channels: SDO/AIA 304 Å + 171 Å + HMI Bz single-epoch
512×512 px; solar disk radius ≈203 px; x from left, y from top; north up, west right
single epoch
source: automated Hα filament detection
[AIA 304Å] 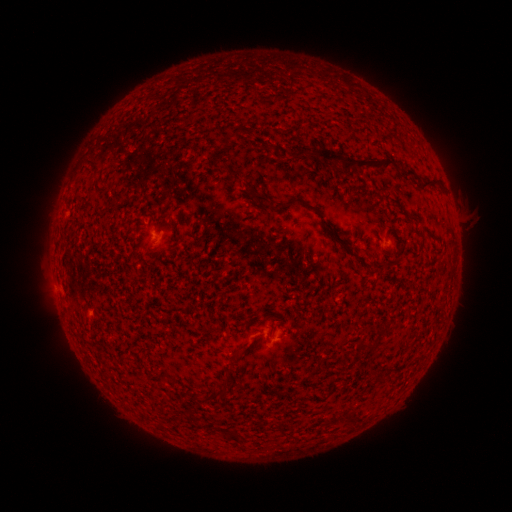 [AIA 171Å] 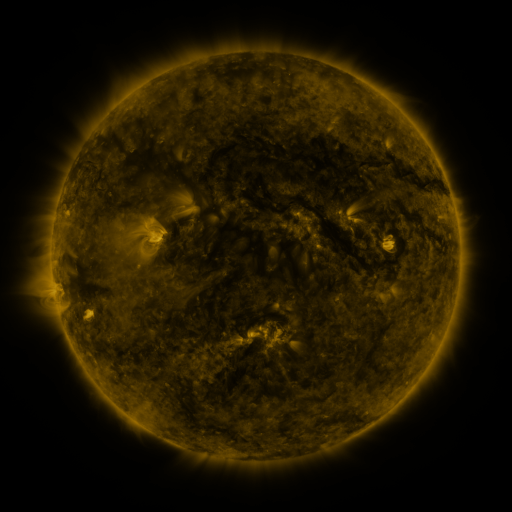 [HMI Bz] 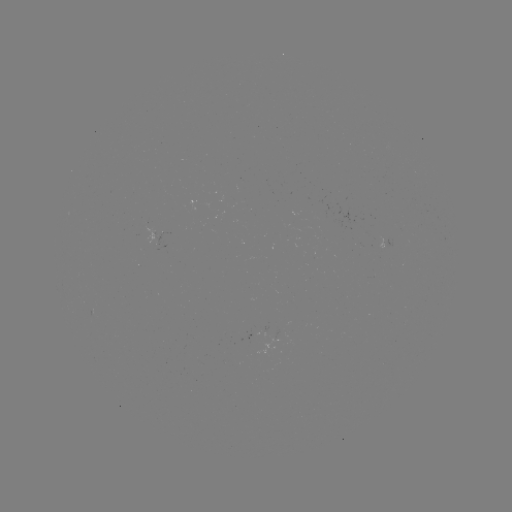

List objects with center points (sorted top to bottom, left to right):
filament: <bbox>222, 132, 230, 147</bbox>
filament: <bbox>308, 147, 395, 171</bbox>
filament: <bbox>84, 158, 101, 173</bbox>
filament: <bbox>219, 163, 230, 172</bbox>
filament: <bbox>399, 167, 420, 181</bbox>
filament: <bbox>420, 178, 439, 188</bbox>
filament: <bbox>94, 185, 109, 194</bbox>
filament: <bbox>249, 192, 269, 203</bbox>
filament: <bbox>283, 197, 299, 207</bbox>
filament: <bbox>373, 261, 384, 272</bbox>
filament: <bbox>223, 368, 234, 379</bbox>
filament: <bbox>212, 382, 227, 396</bbox>
filament: <bbox>186, 409, 195, 423</bbox>
filament: <bbox>346, 409, 359, 428</bbox>
filament: <bbox>224, 428, 242, 442</bbox>
